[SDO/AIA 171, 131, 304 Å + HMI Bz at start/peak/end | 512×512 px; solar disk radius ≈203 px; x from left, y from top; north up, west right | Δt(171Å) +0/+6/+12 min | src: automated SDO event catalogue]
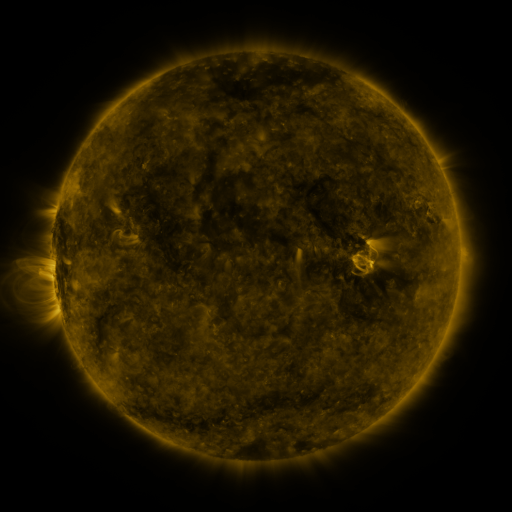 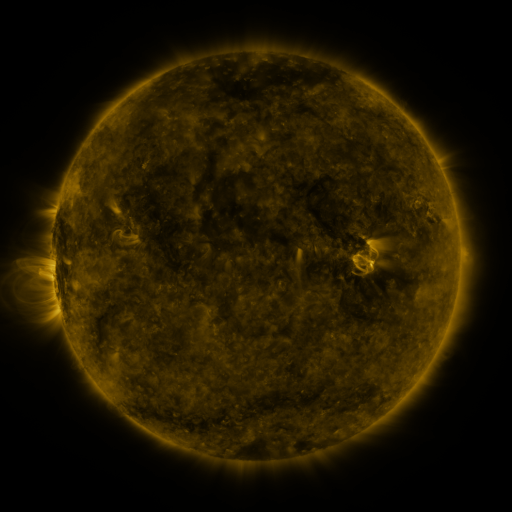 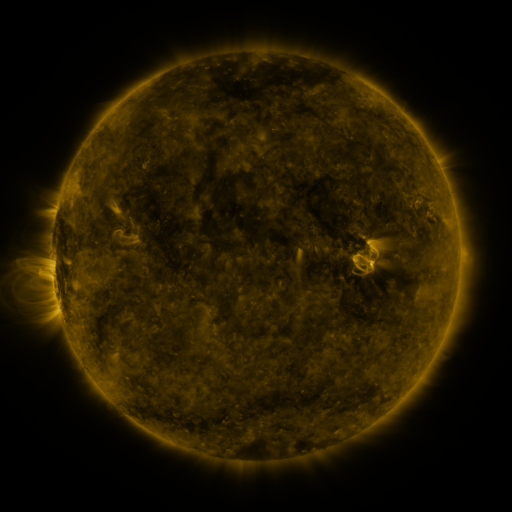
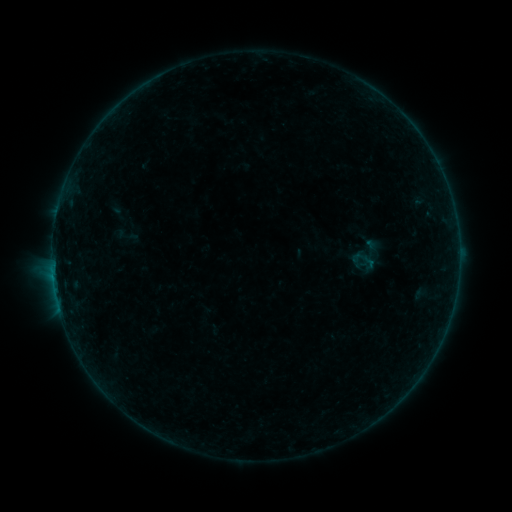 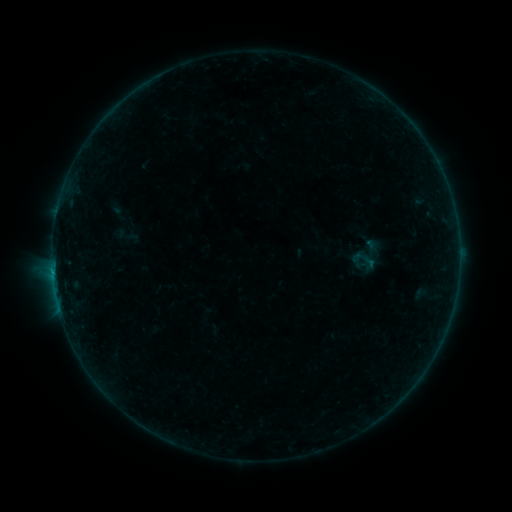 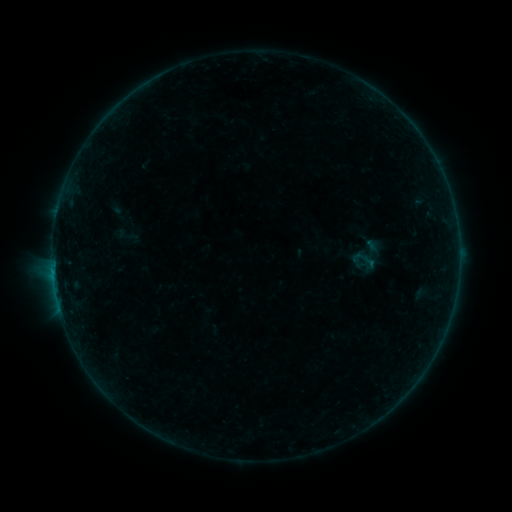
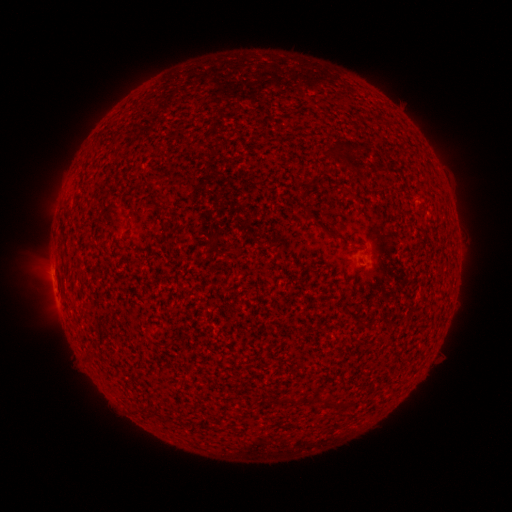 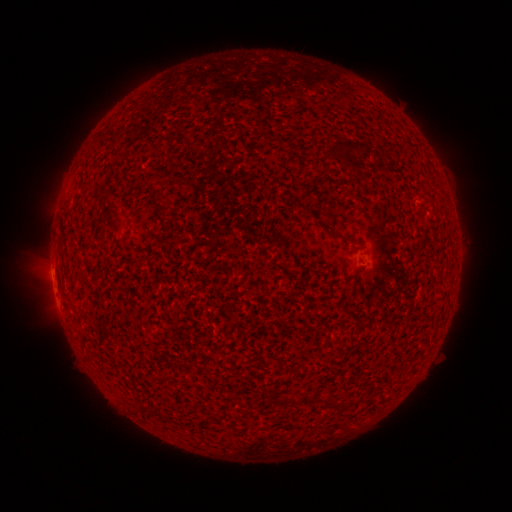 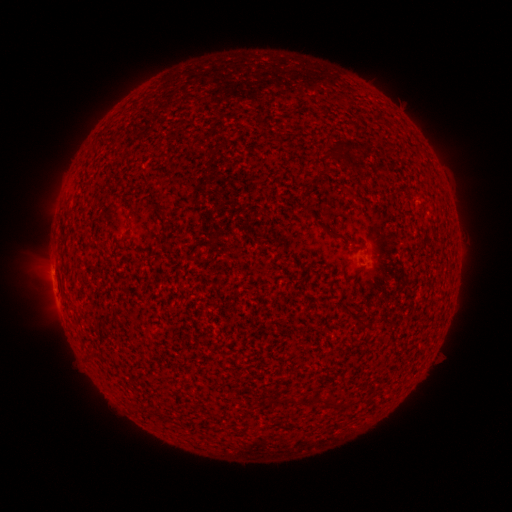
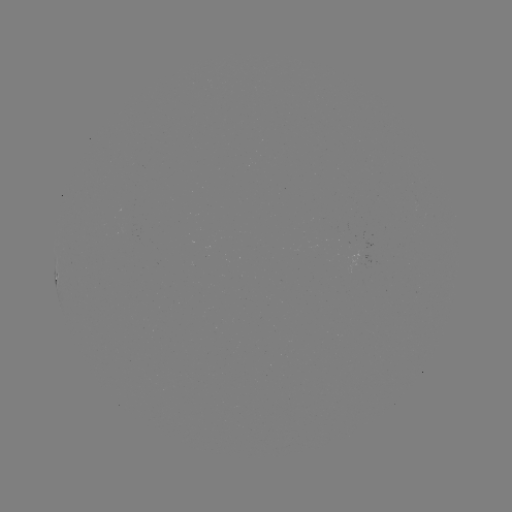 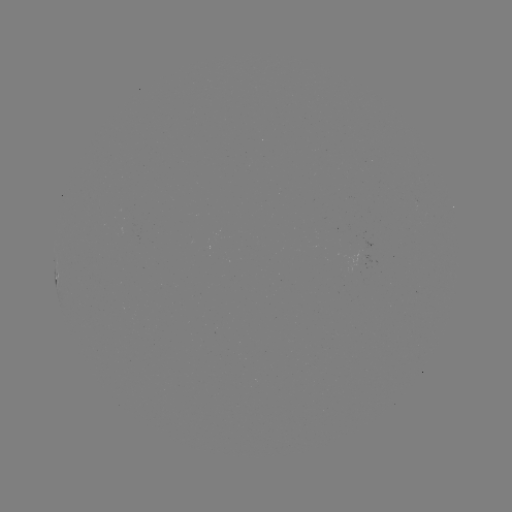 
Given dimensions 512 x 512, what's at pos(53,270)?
B2.0 flare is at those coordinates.